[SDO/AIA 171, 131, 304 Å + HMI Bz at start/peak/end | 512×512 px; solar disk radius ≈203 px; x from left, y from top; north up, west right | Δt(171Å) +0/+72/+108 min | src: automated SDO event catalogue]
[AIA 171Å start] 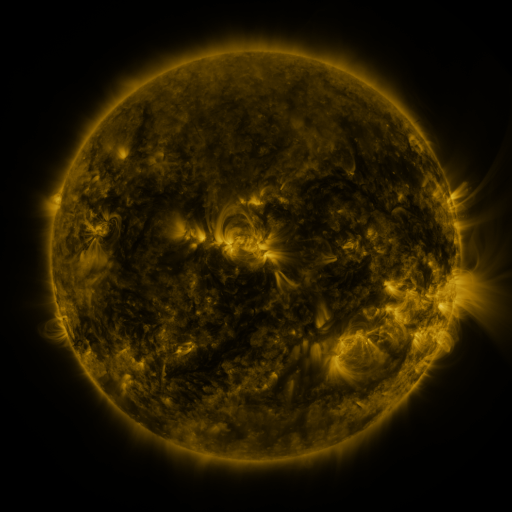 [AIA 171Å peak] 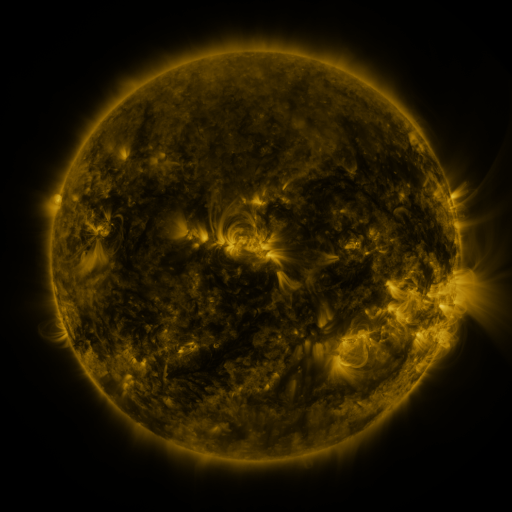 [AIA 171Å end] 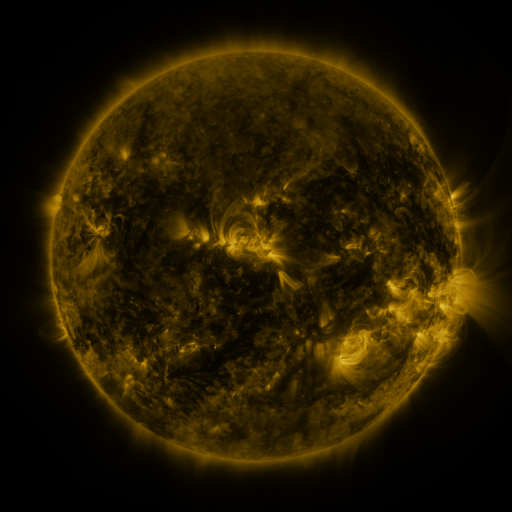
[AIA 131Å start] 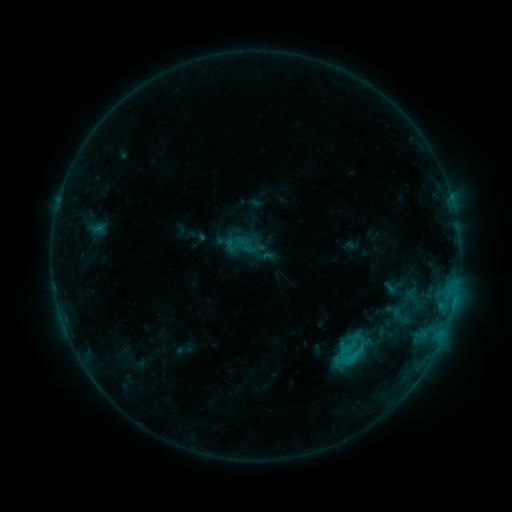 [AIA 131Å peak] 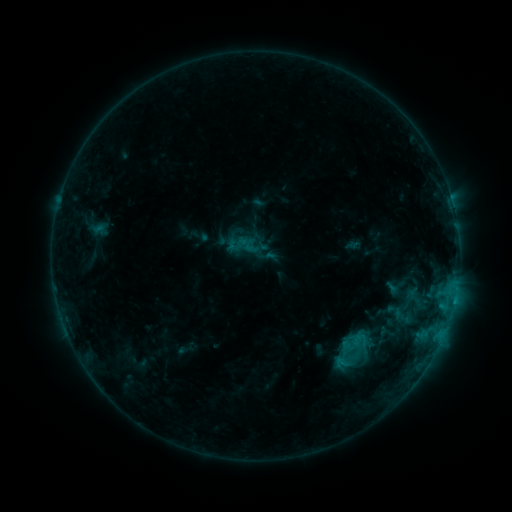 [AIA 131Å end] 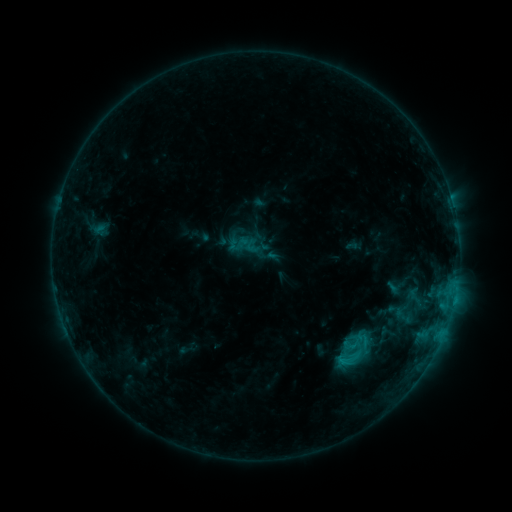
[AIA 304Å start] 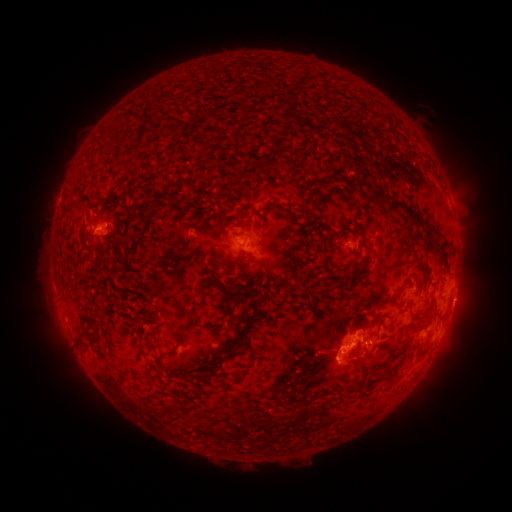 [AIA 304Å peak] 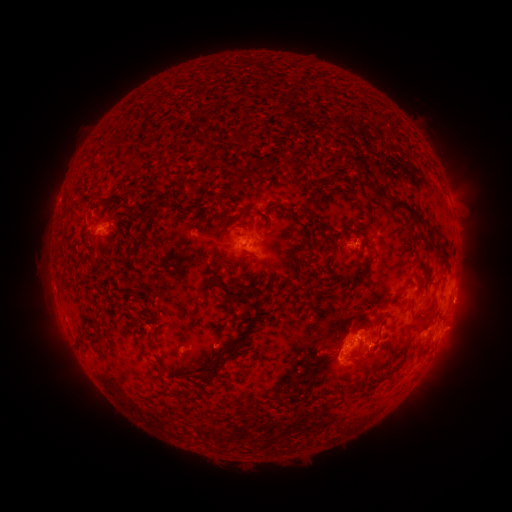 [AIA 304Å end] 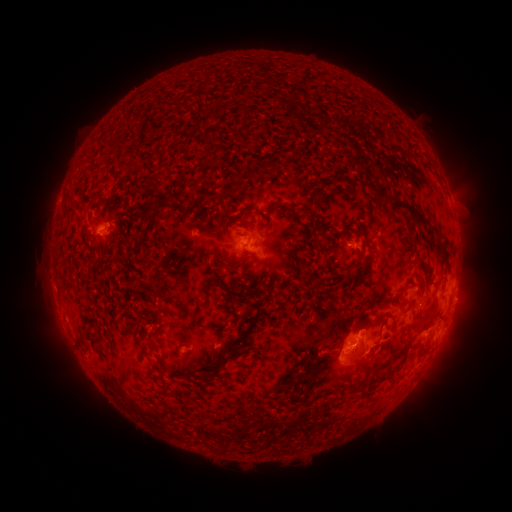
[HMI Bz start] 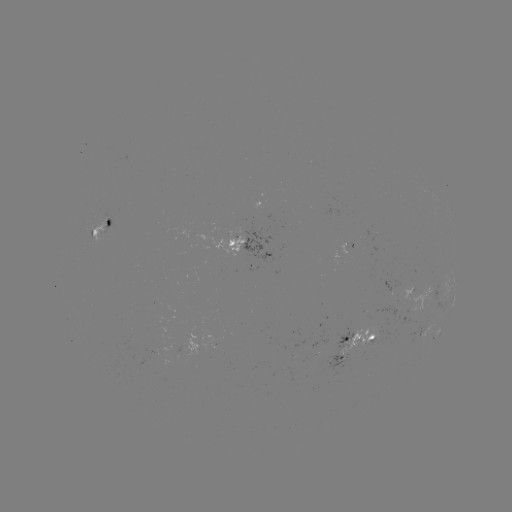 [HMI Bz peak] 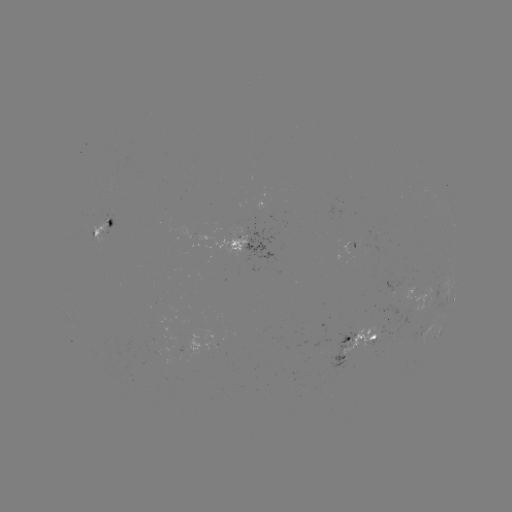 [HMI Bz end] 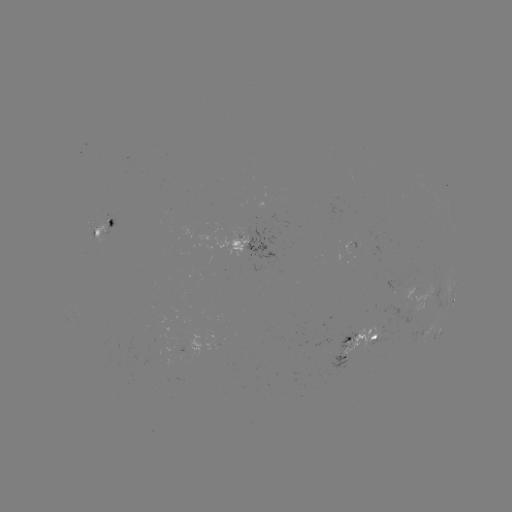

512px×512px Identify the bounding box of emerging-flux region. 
[349, 235, 355, 247].